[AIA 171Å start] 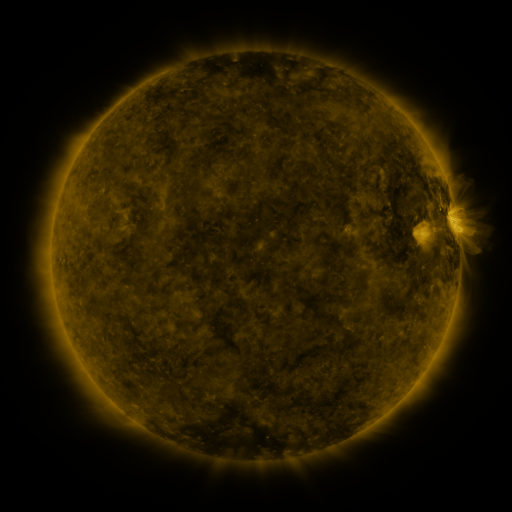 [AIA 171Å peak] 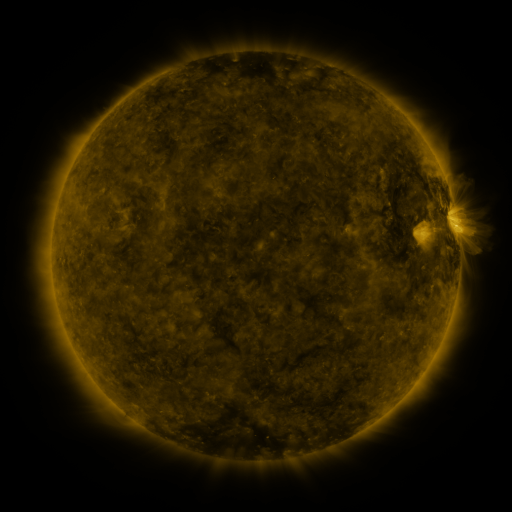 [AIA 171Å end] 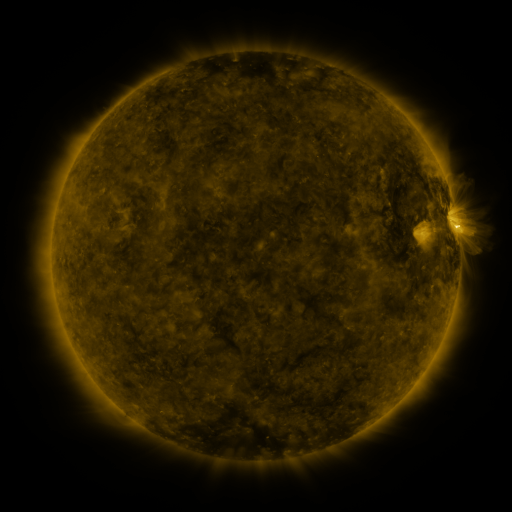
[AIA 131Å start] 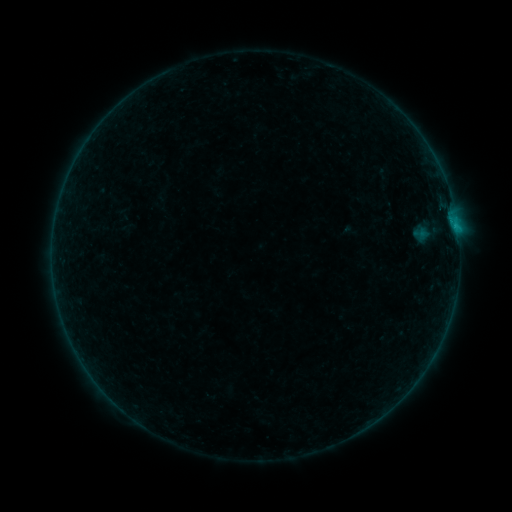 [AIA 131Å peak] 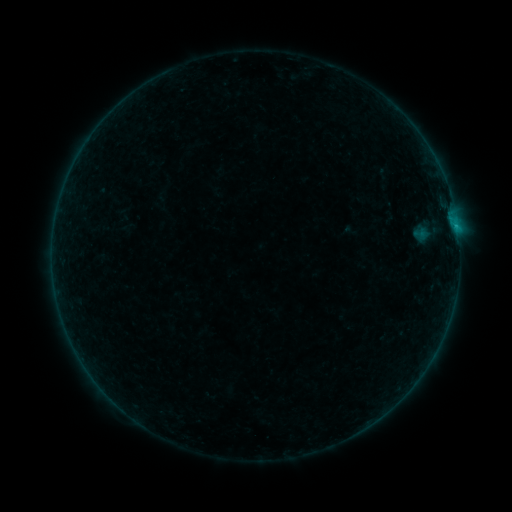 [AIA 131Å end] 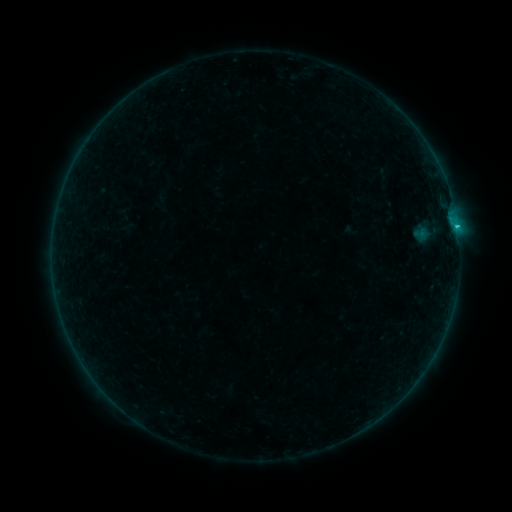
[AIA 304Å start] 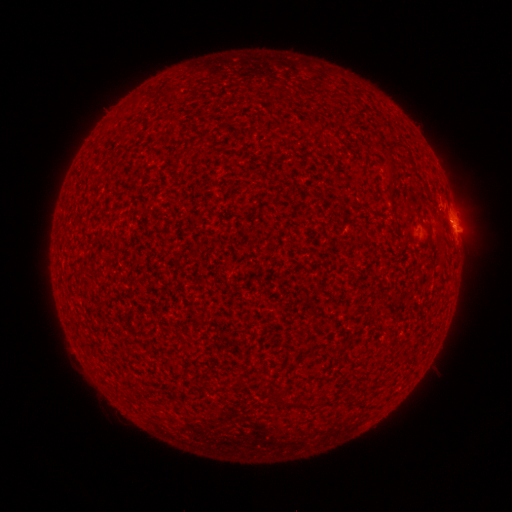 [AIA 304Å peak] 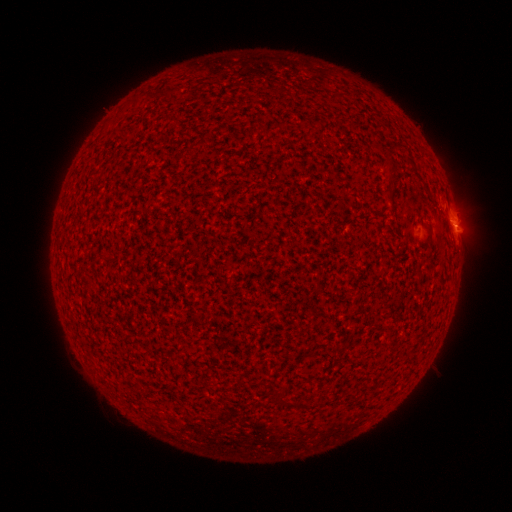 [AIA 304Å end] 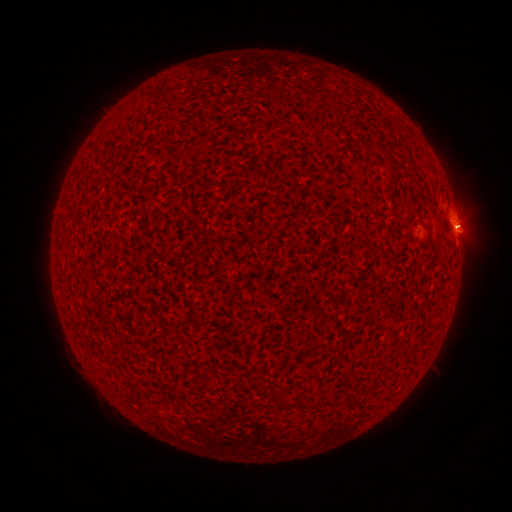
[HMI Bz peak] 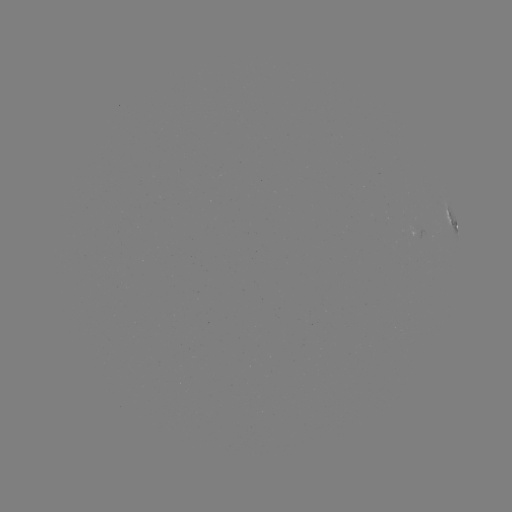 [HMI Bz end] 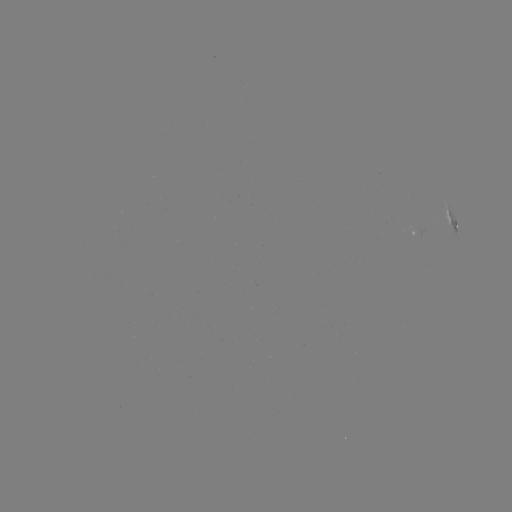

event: flare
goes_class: B4.8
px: (456, 228)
